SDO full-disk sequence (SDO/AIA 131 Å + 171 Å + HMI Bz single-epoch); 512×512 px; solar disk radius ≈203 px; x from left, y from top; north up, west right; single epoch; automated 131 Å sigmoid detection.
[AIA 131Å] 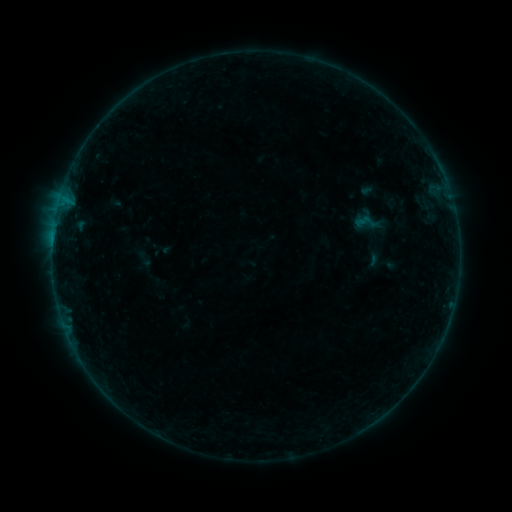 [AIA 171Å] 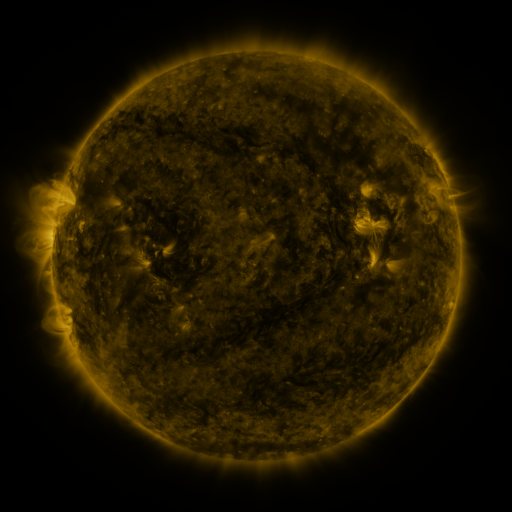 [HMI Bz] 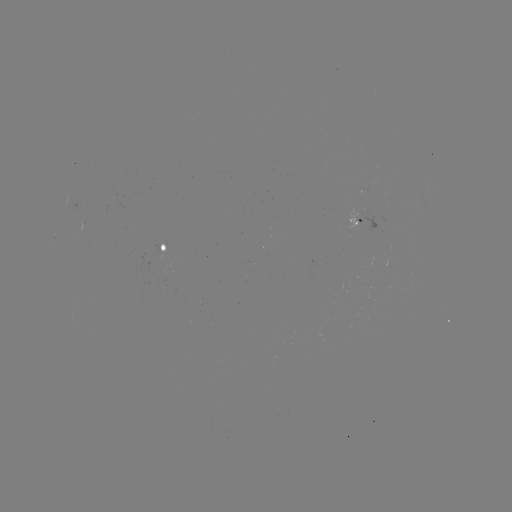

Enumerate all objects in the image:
sigmoid: (353, 208, 382, 236)
